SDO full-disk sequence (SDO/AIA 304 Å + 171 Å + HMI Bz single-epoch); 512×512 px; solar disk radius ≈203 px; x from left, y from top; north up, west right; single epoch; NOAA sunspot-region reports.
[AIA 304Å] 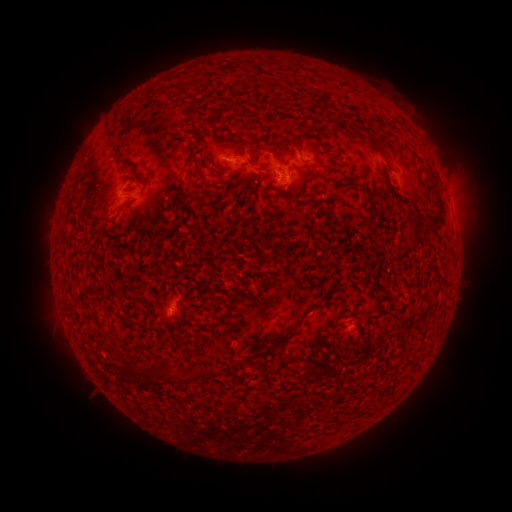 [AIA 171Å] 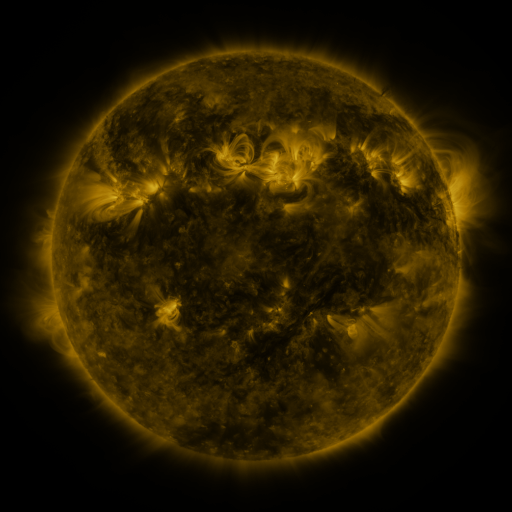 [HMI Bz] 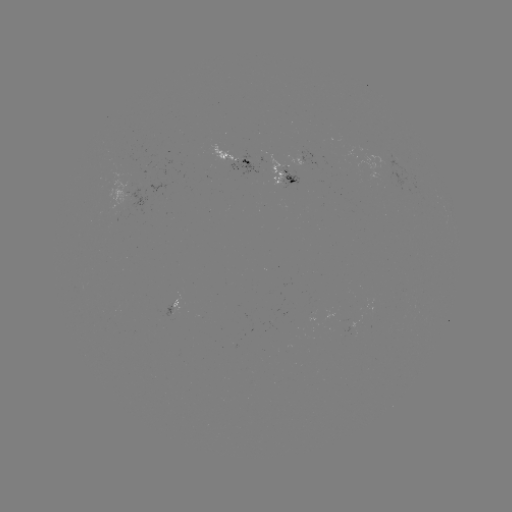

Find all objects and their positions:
spotted active region: (236, 157)
spotted active region: (283, 176)
spotted active region: (180, 300)
